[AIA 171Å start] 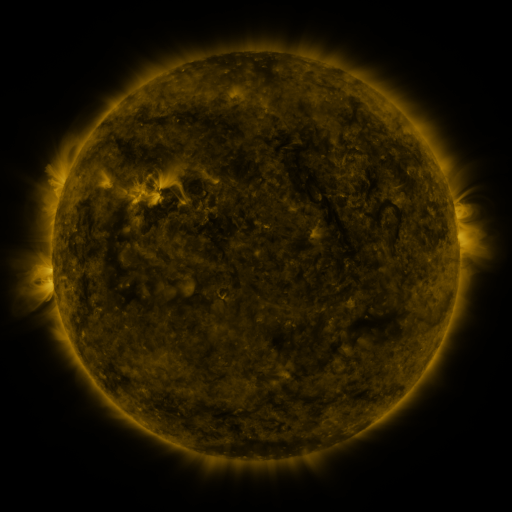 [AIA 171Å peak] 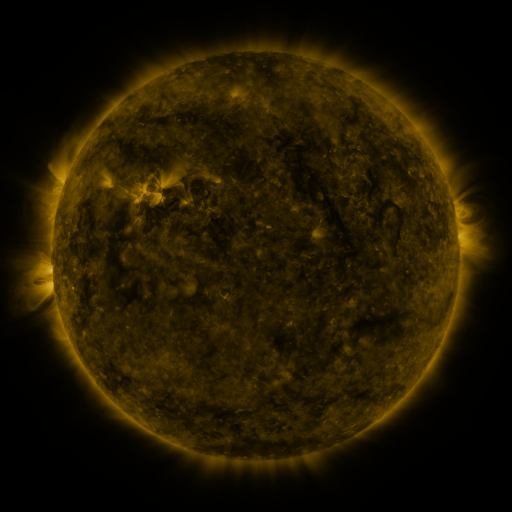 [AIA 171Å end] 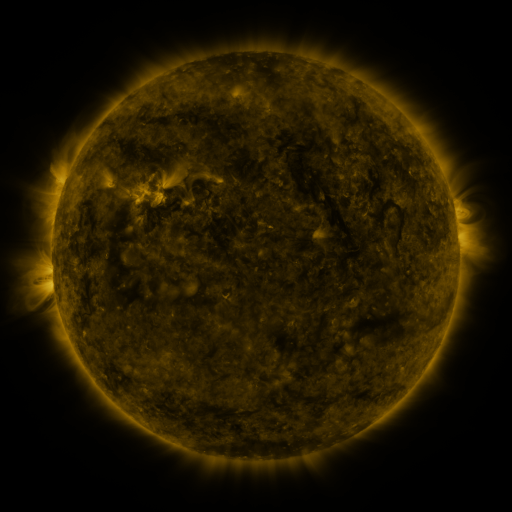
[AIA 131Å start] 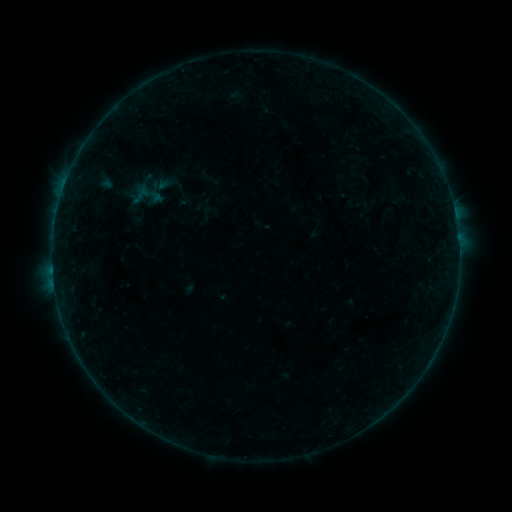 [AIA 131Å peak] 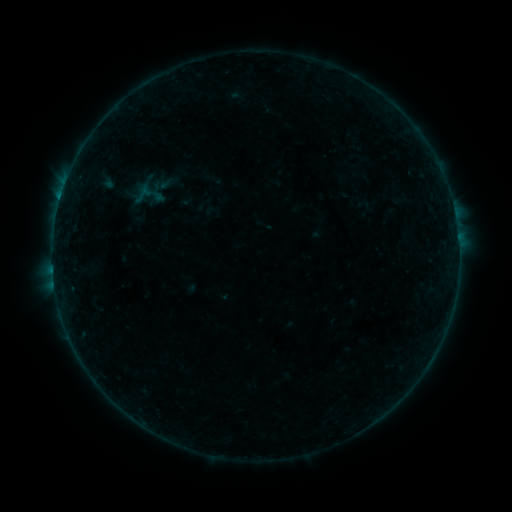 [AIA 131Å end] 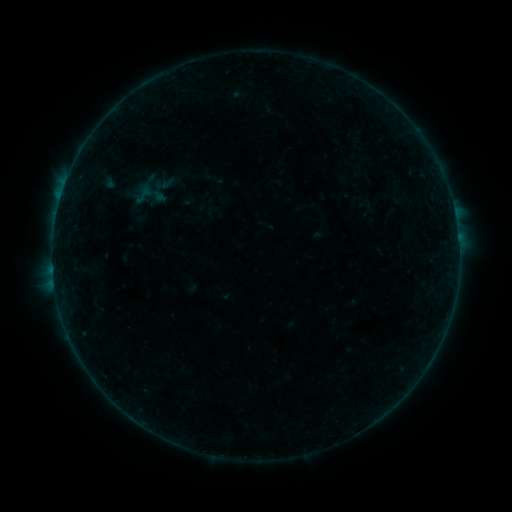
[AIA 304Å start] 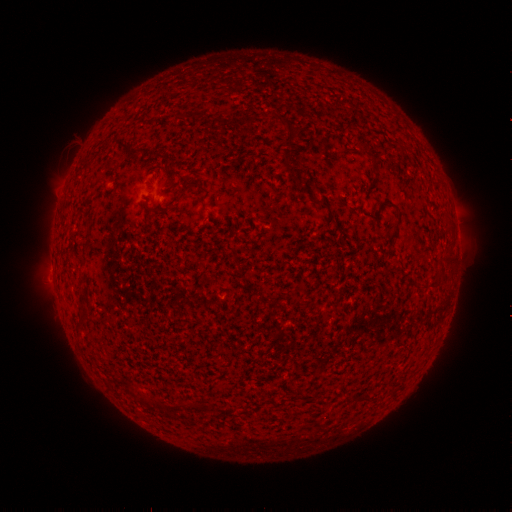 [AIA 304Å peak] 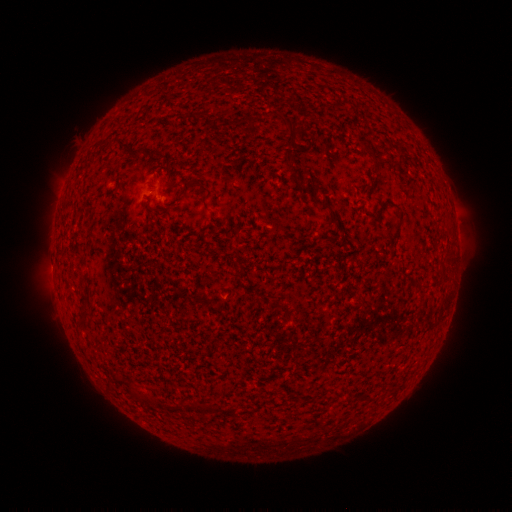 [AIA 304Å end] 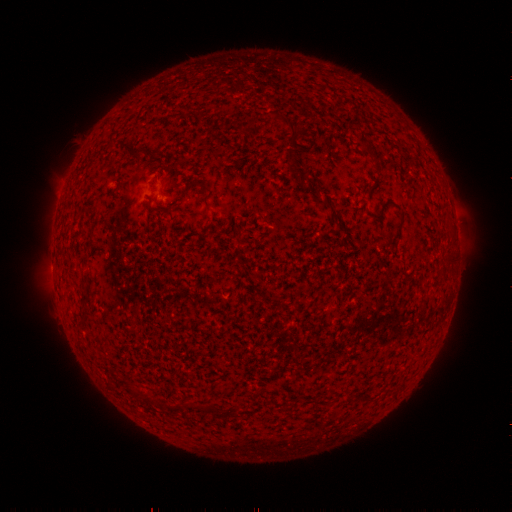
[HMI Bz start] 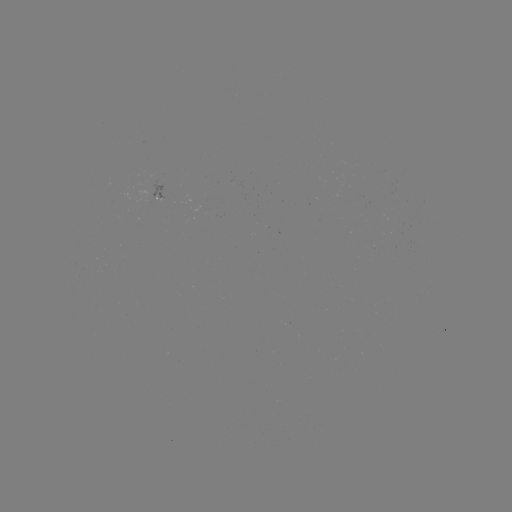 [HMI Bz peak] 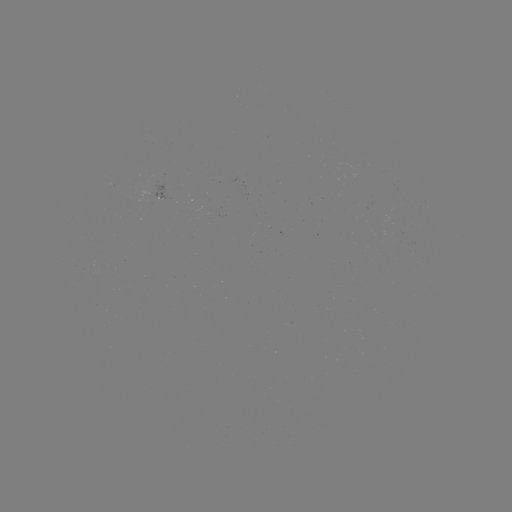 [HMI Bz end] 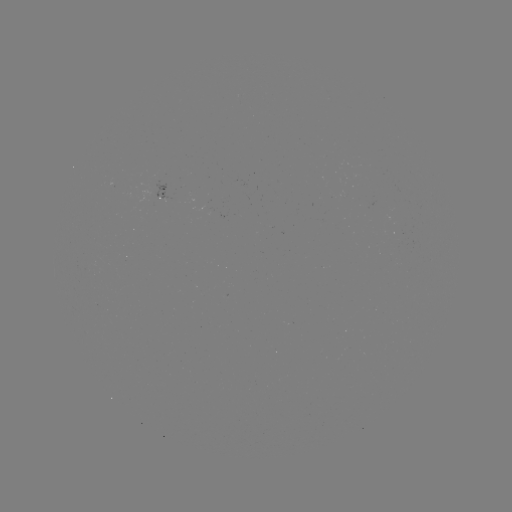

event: flare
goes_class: B2.8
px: (60, 199)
